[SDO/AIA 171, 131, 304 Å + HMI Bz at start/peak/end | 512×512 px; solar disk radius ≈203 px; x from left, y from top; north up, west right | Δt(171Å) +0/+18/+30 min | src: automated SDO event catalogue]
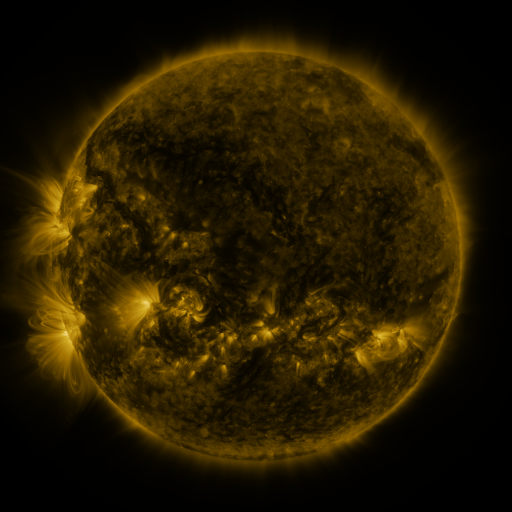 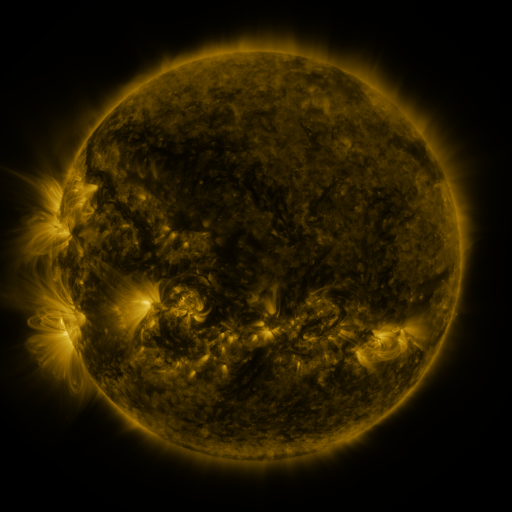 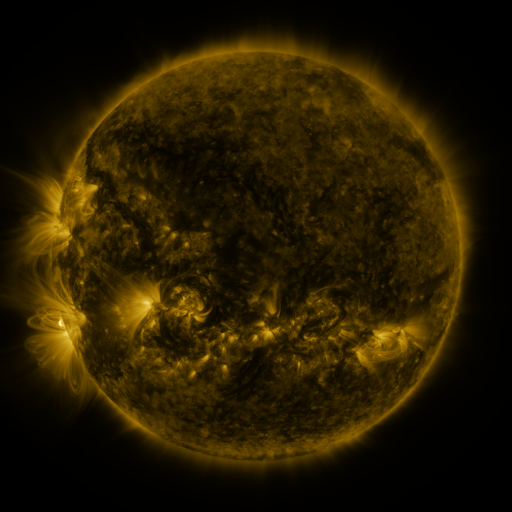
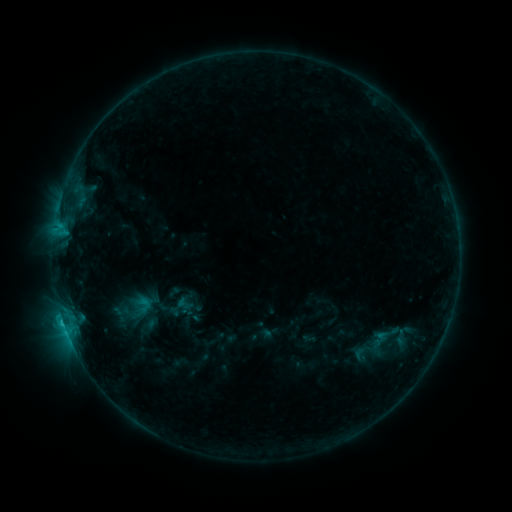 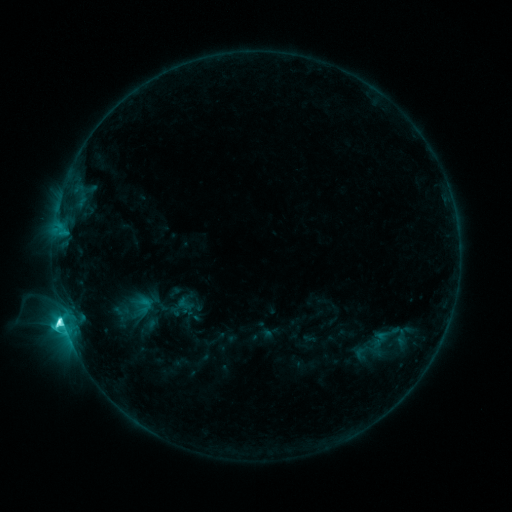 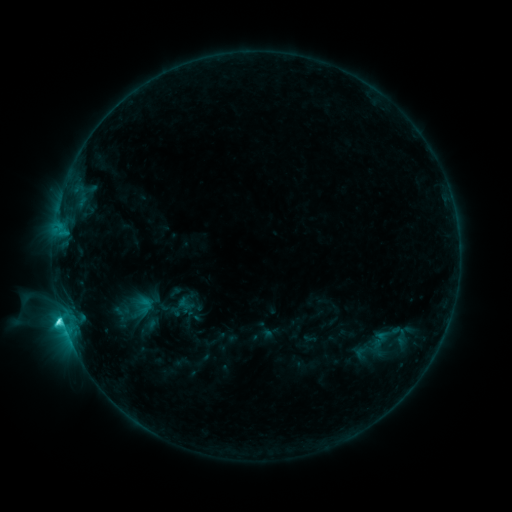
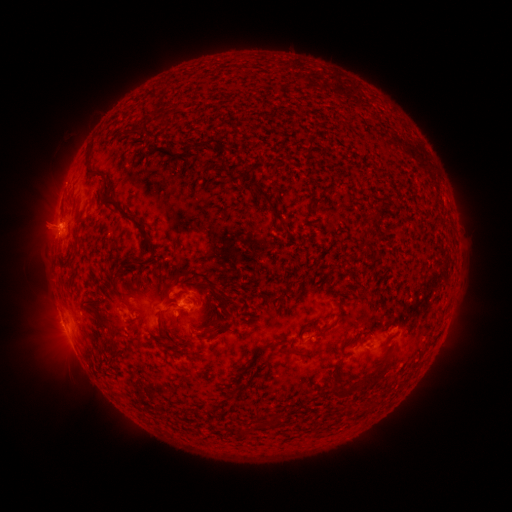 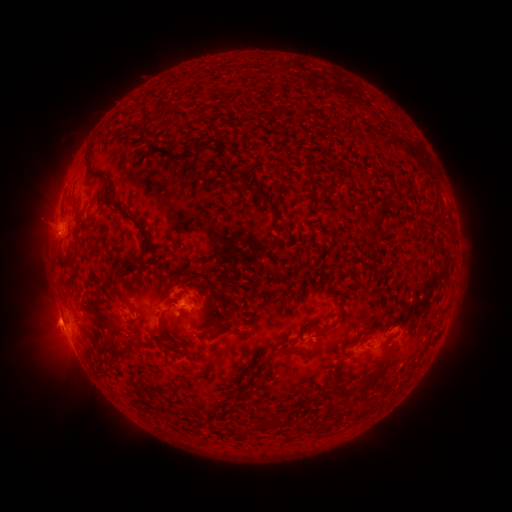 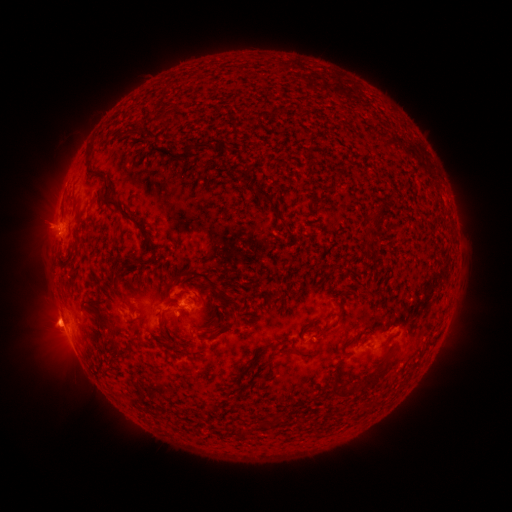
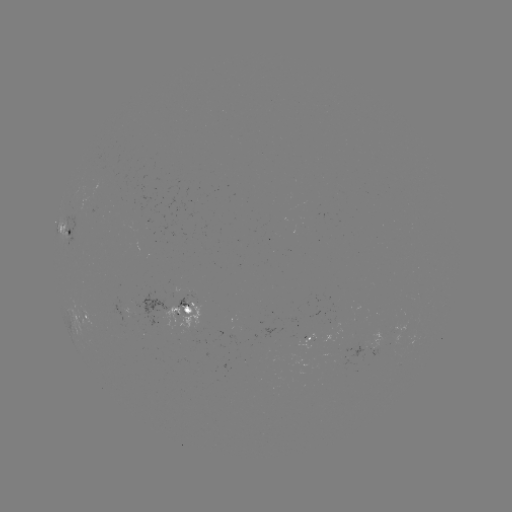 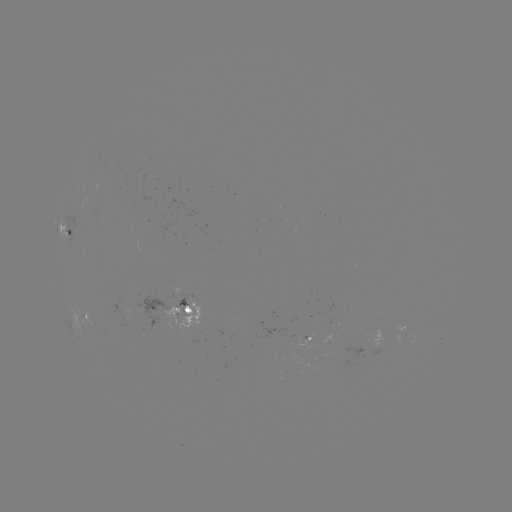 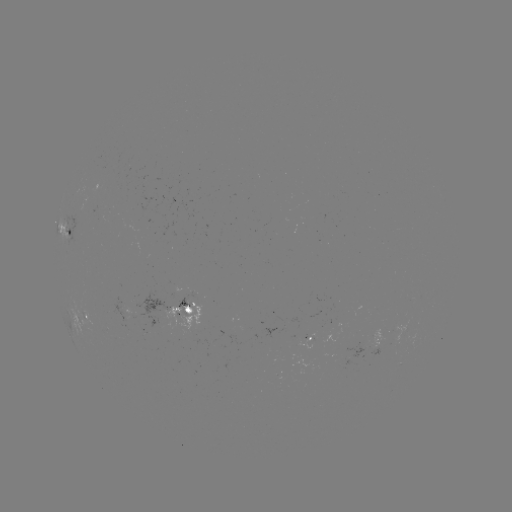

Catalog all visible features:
C6.6 flare: (64, 315)
